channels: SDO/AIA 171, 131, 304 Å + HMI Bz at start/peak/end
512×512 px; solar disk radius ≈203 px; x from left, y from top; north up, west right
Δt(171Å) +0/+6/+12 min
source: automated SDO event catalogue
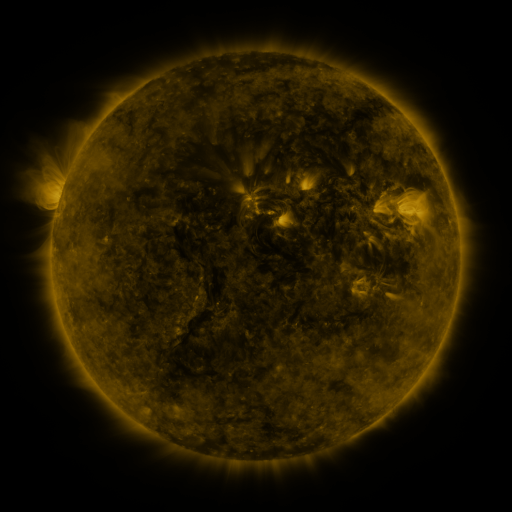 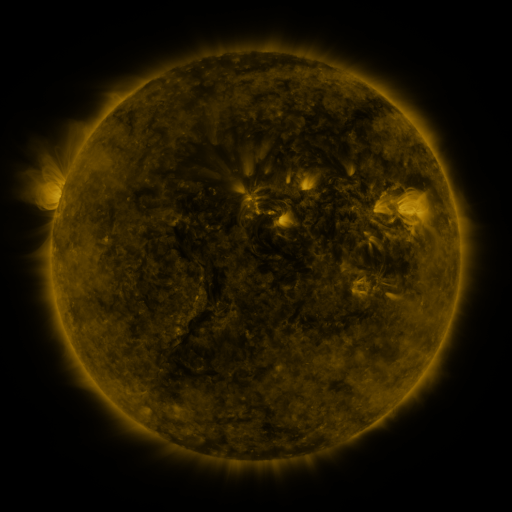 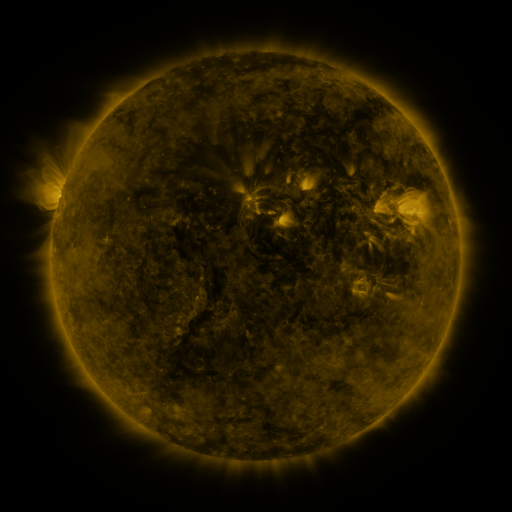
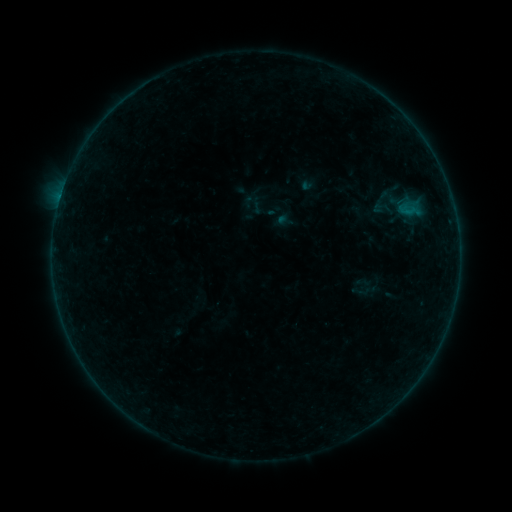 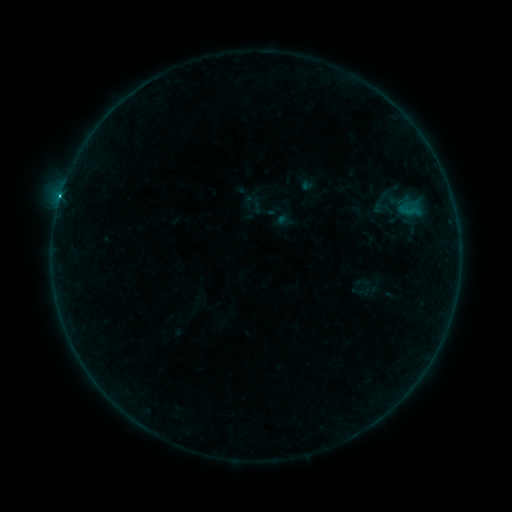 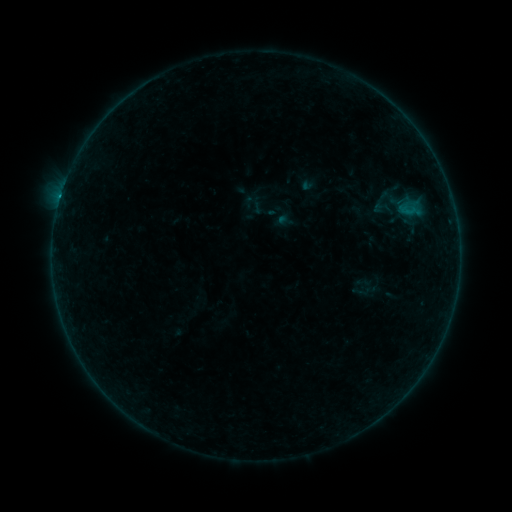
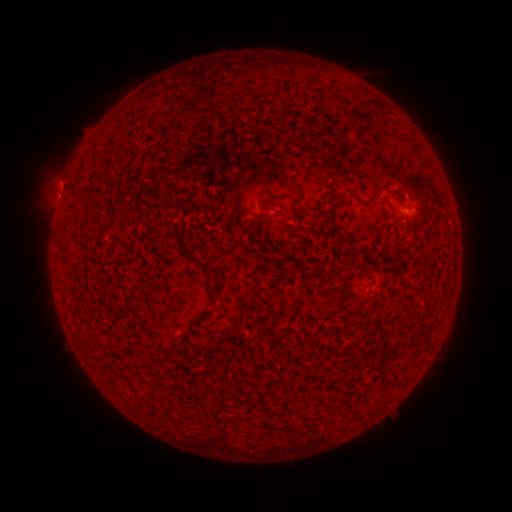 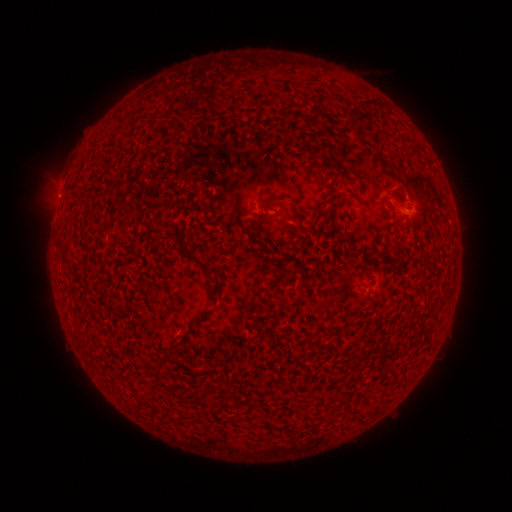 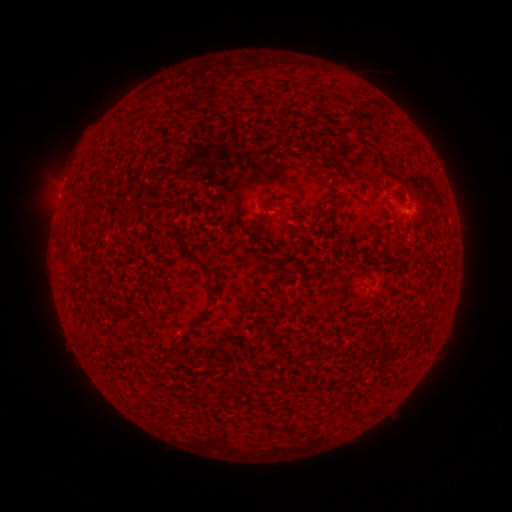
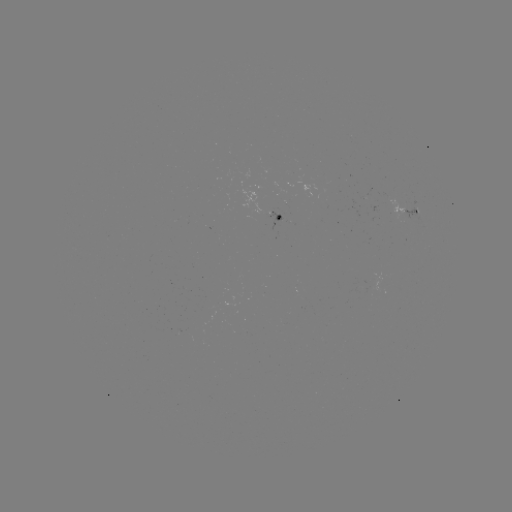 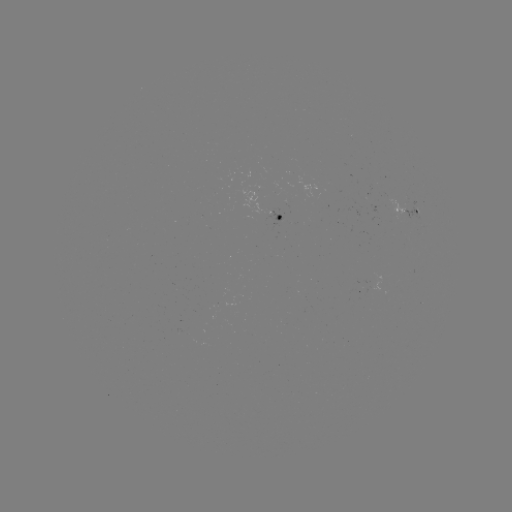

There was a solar flare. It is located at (60, 200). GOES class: B5.0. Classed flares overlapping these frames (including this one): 1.